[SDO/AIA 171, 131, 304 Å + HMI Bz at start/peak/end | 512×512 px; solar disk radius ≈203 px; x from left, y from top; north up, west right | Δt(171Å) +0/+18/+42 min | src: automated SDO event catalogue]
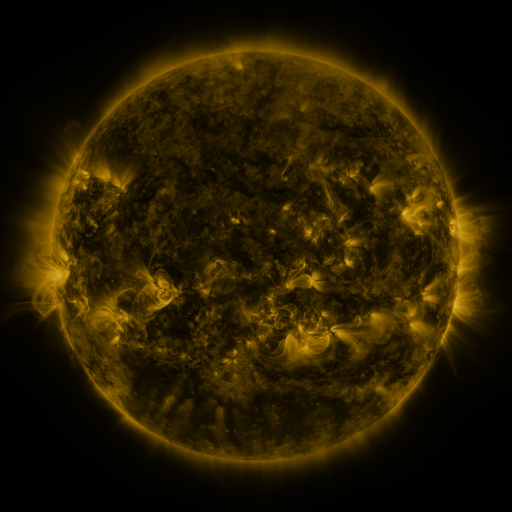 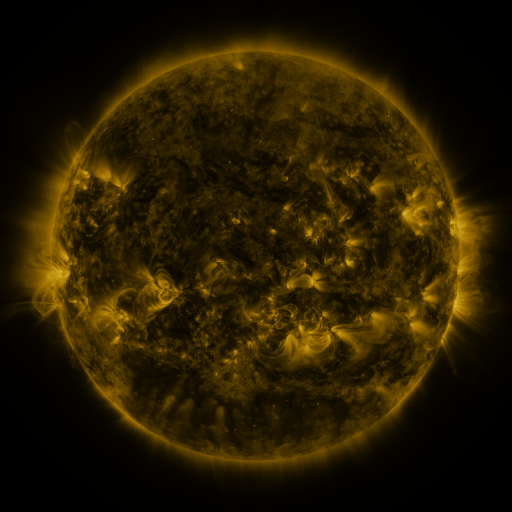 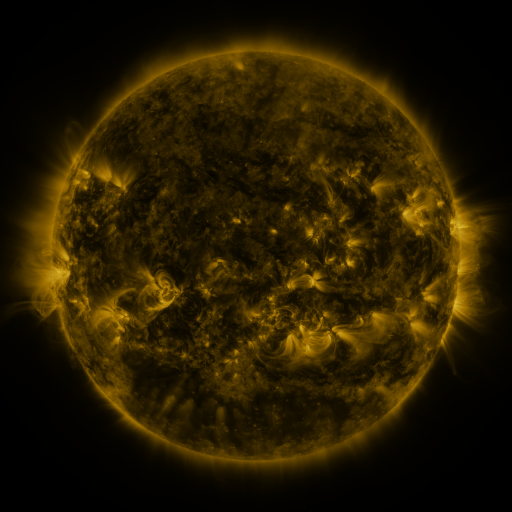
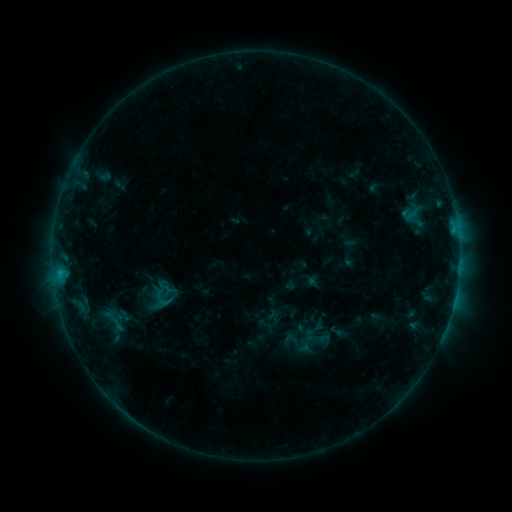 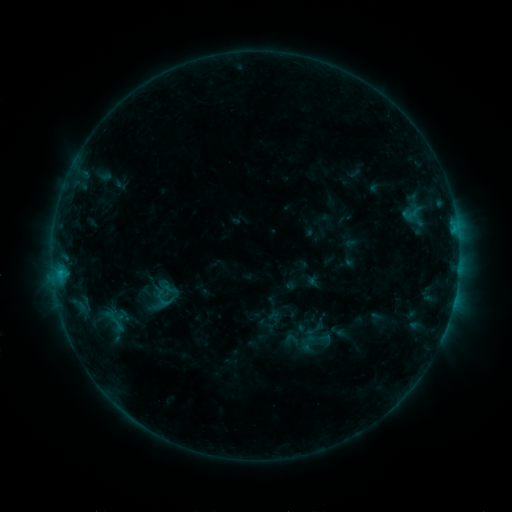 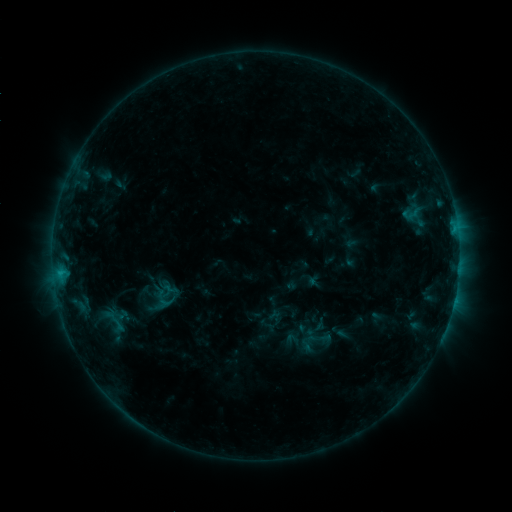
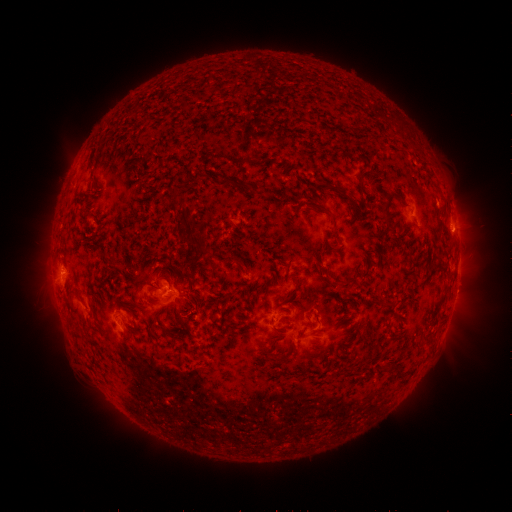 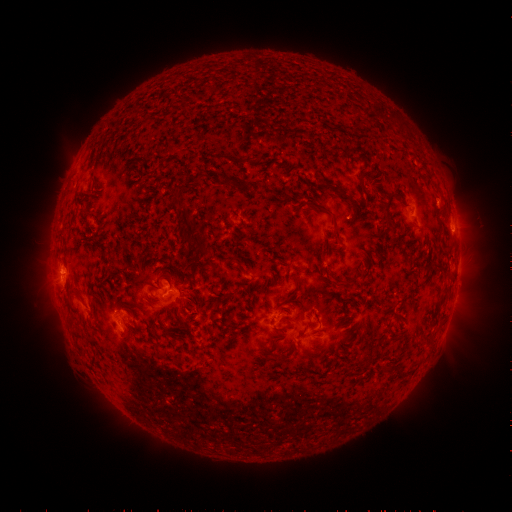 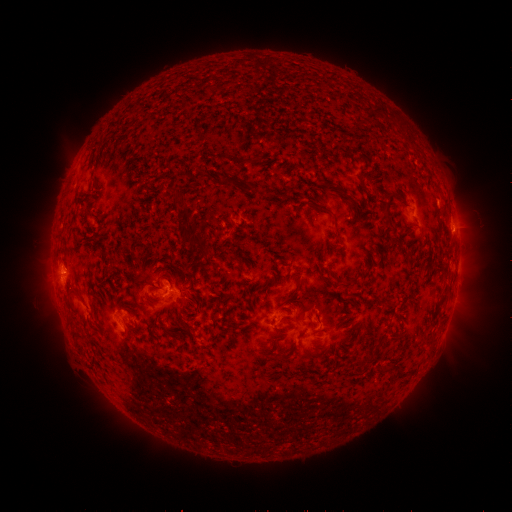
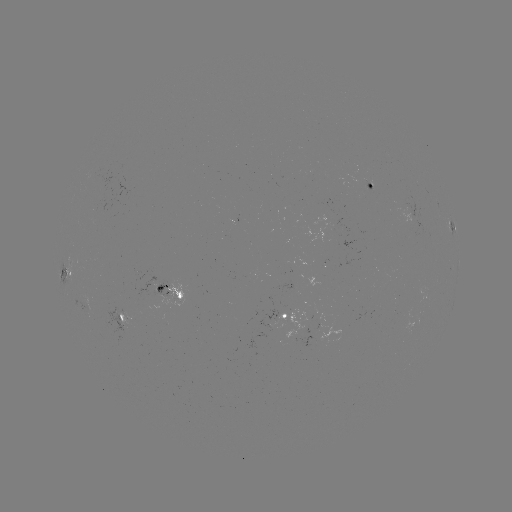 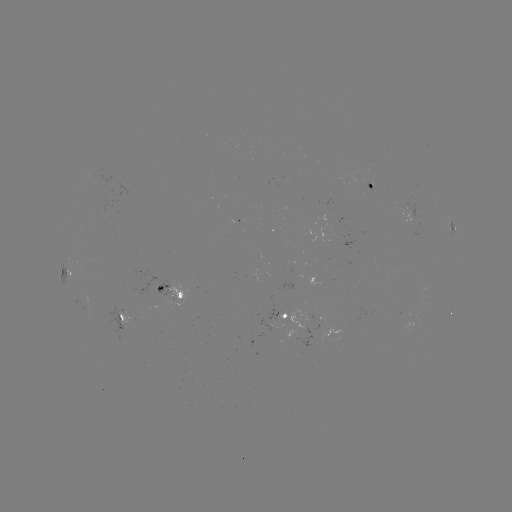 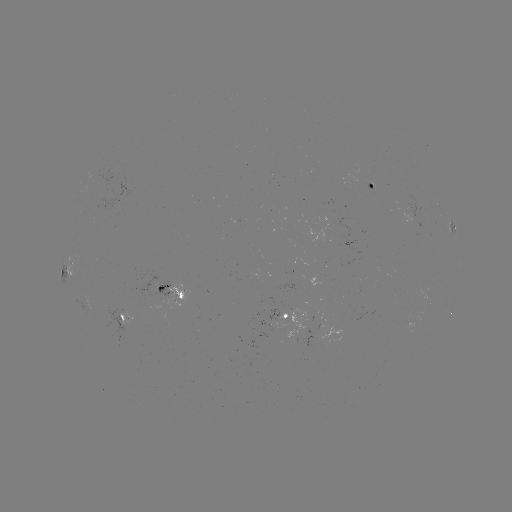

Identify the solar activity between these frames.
nothing was catalogued: no classed flare, no EUV trigger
